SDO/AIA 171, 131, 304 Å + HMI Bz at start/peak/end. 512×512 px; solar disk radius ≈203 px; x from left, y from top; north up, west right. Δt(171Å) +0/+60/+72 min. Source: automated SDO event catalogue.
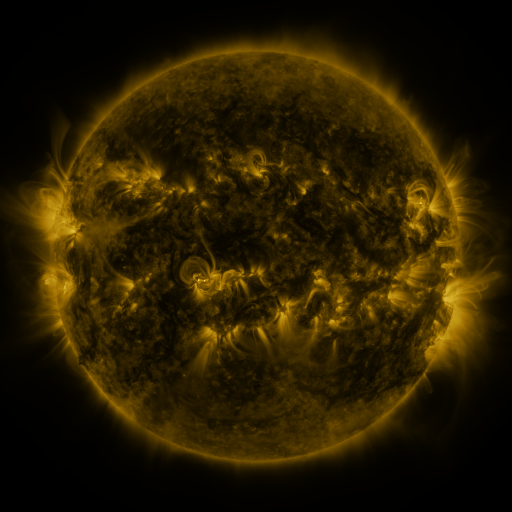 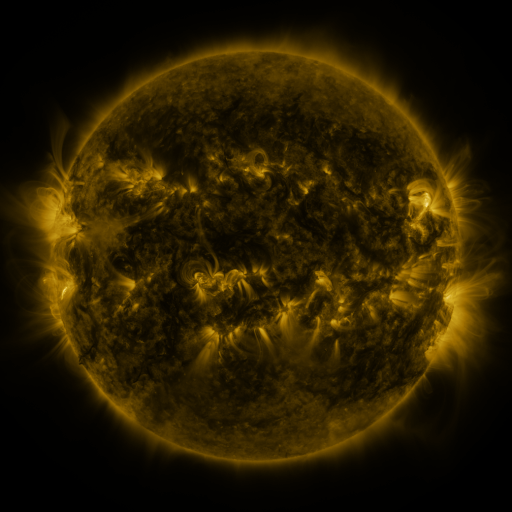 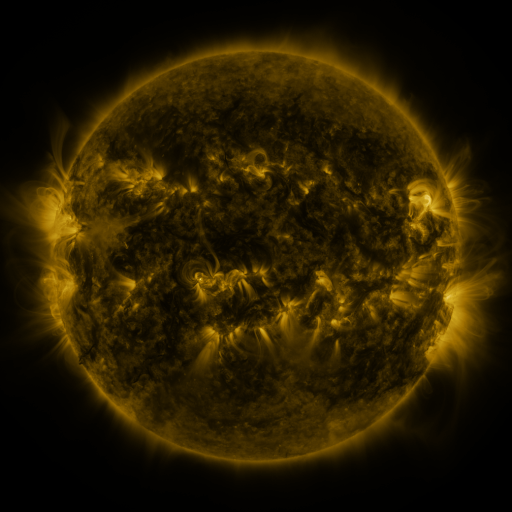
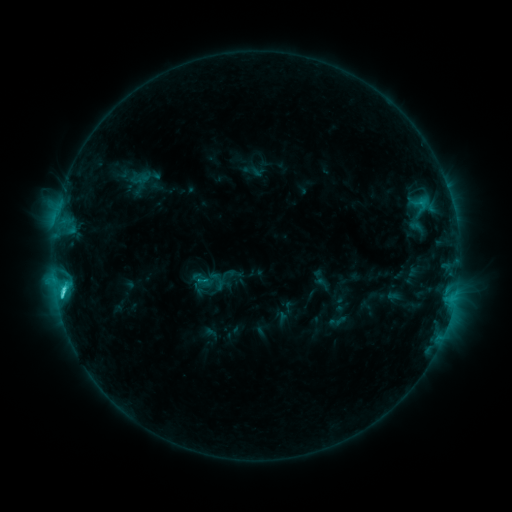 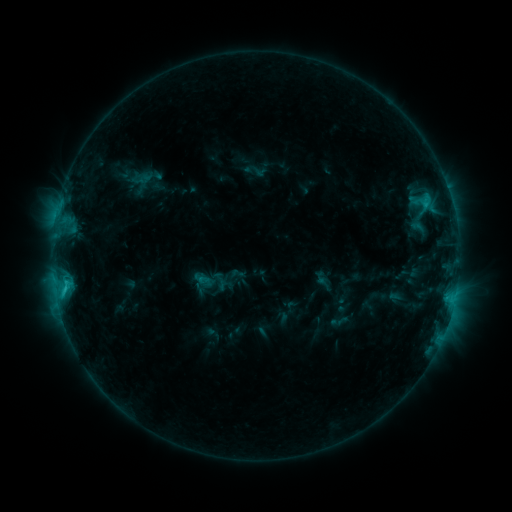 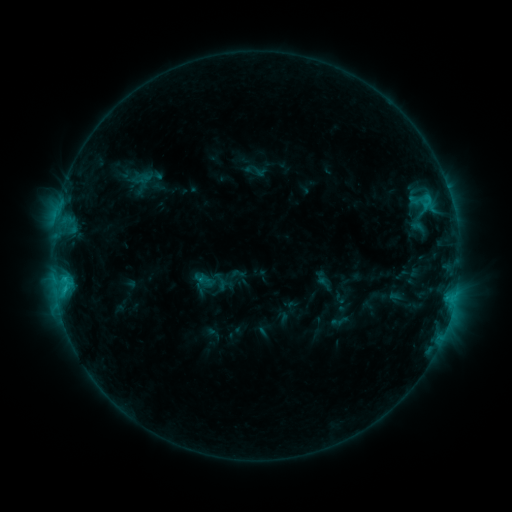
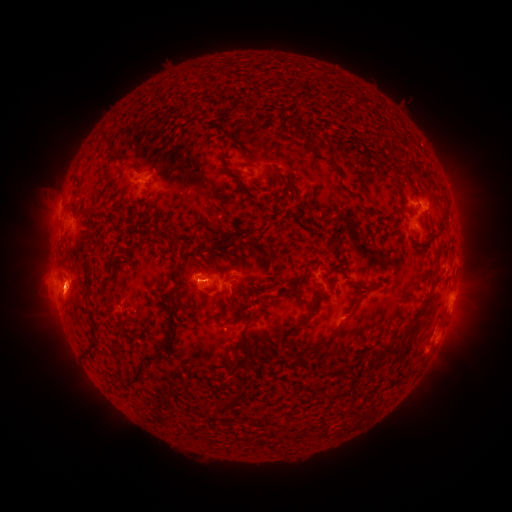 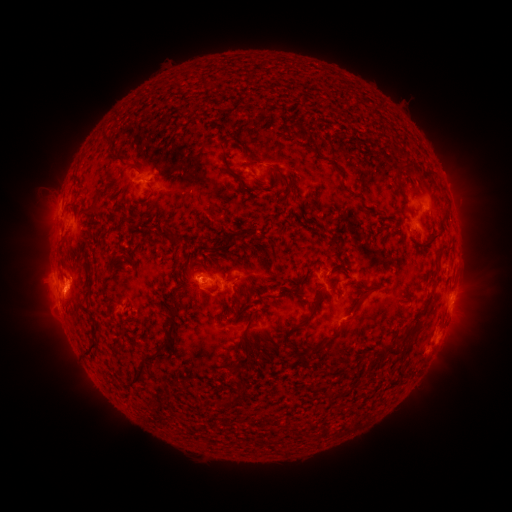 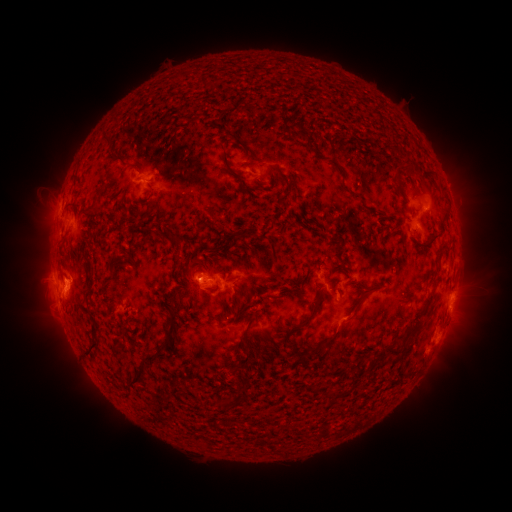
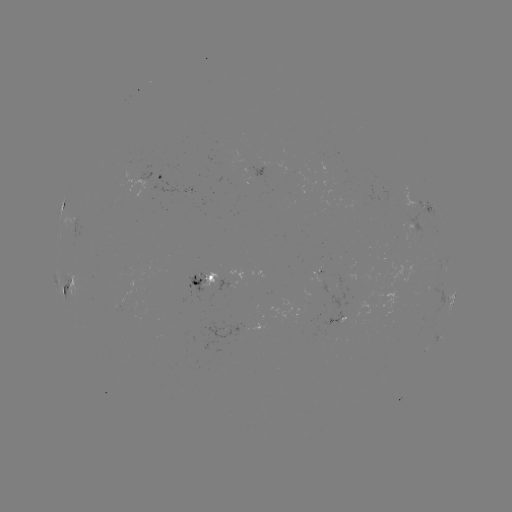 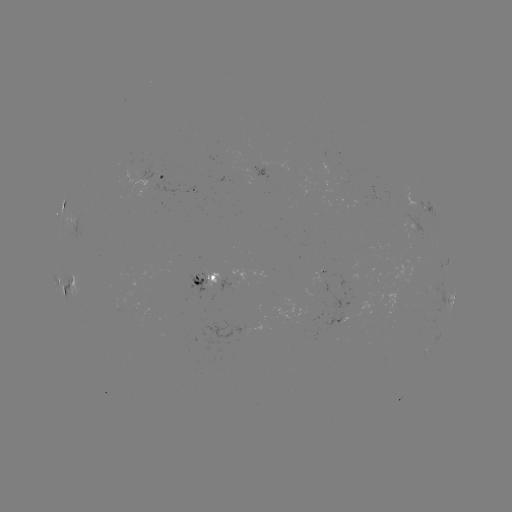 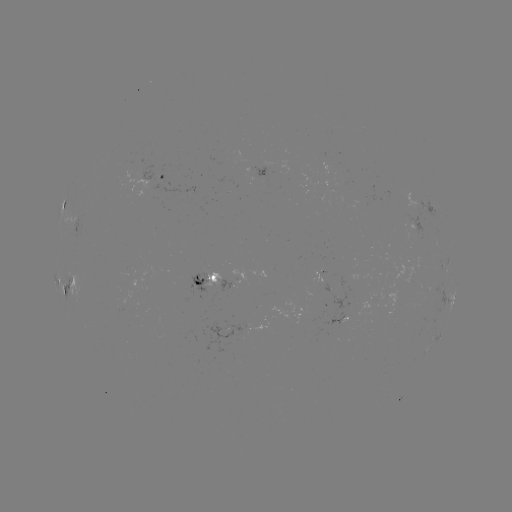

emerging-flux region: <bbox>322, 282, 330, 294</bbox>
